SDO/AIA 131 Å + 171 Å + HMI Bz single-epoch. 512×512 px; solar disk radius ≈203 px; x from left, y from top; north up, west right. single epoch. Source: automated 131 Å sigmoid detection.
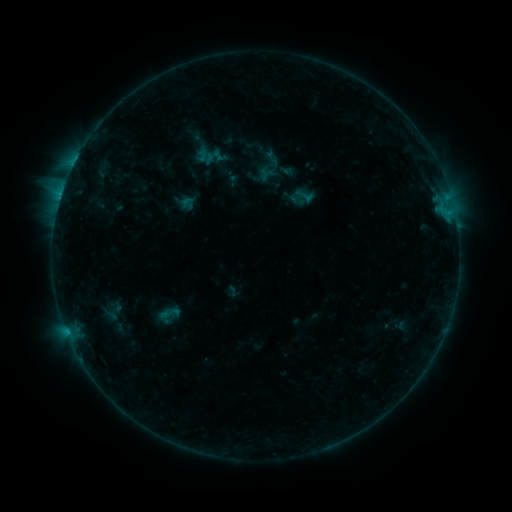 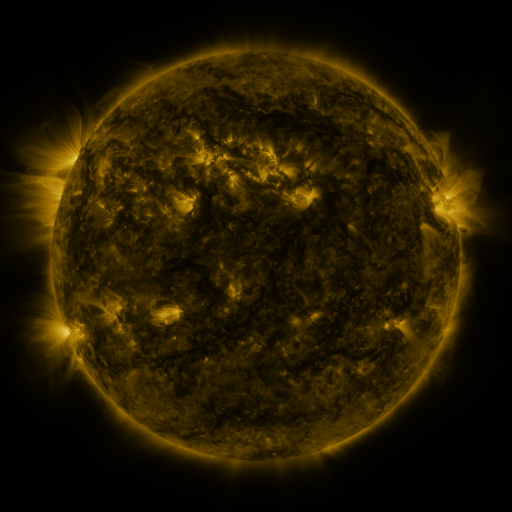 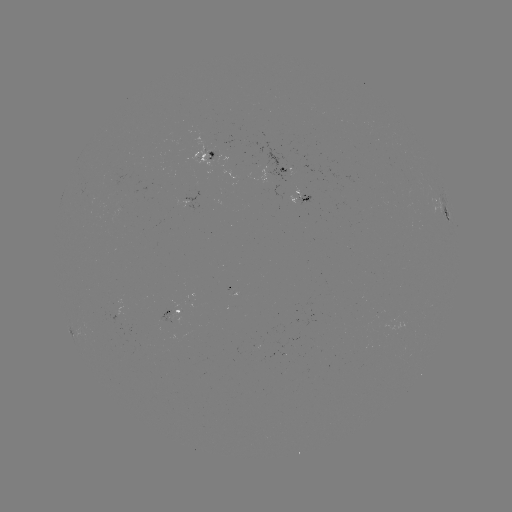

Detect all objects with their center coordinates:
sigmoid: (211, 154)
sigmoid: (168, 315)
